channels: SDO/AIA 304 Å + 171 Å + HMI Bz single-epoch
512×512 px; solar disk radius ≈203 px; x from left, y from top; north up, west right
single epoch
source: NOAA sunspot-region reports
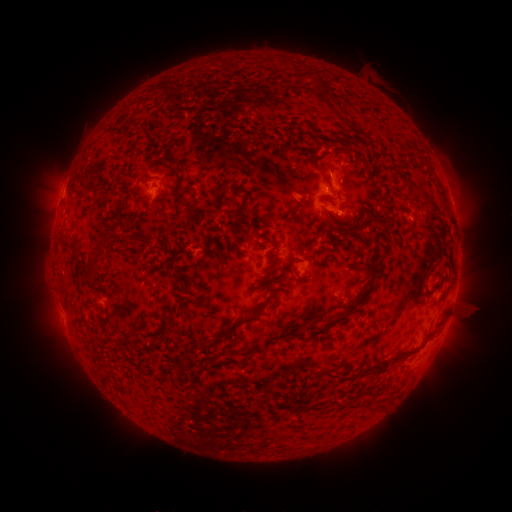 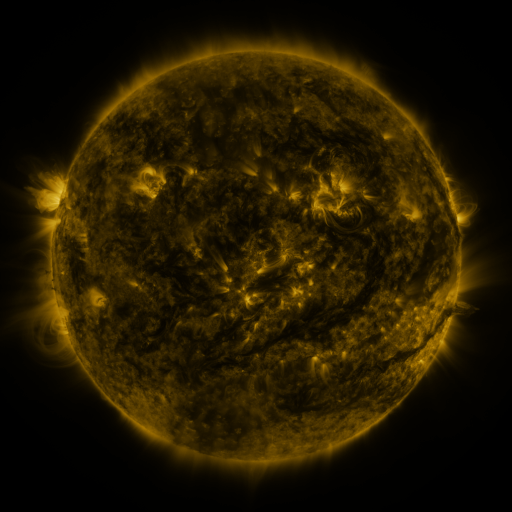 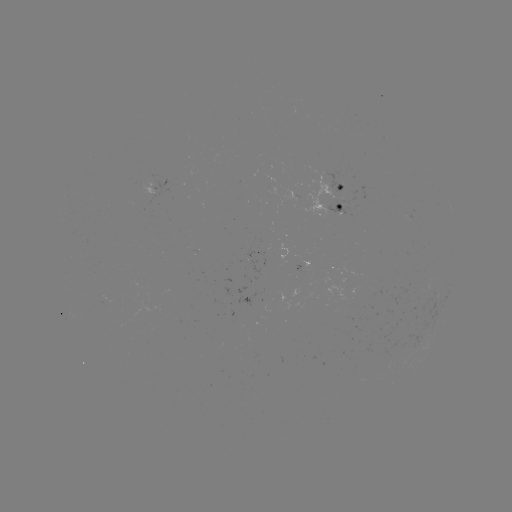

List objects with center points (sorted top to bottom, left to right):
spotted active region: (160, 186)
spotted active region: (337, 195)
spotted active region: (304, 264)
